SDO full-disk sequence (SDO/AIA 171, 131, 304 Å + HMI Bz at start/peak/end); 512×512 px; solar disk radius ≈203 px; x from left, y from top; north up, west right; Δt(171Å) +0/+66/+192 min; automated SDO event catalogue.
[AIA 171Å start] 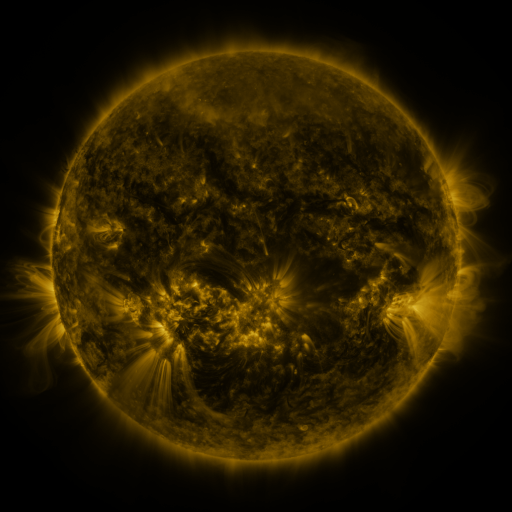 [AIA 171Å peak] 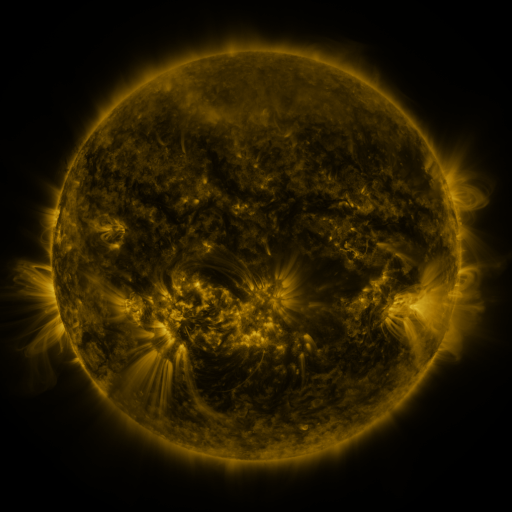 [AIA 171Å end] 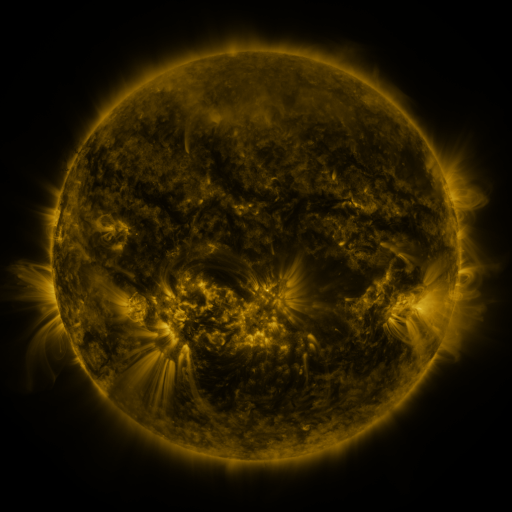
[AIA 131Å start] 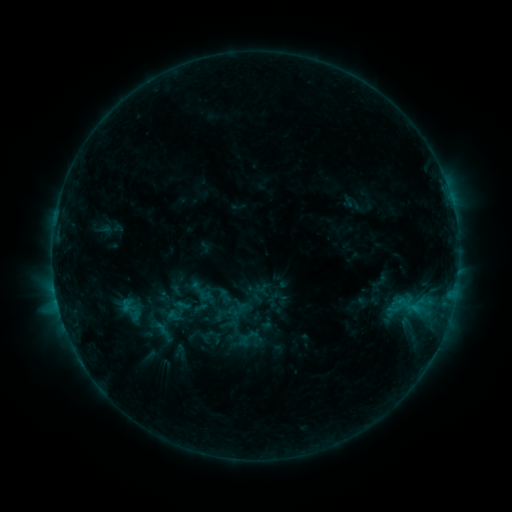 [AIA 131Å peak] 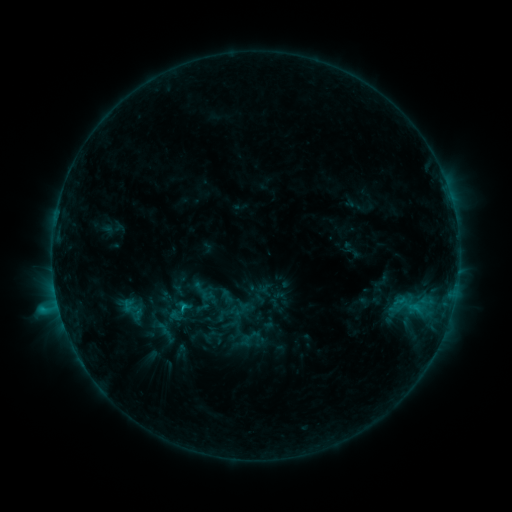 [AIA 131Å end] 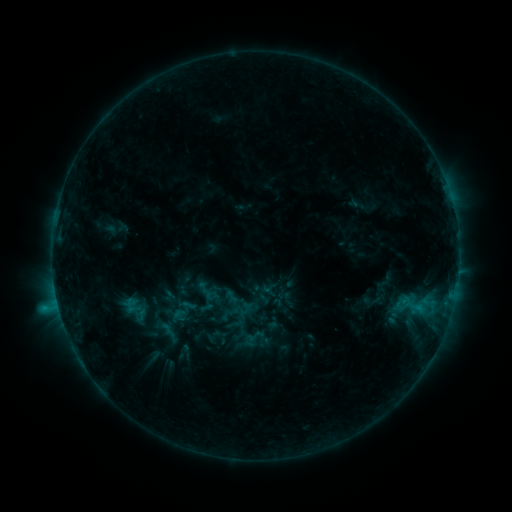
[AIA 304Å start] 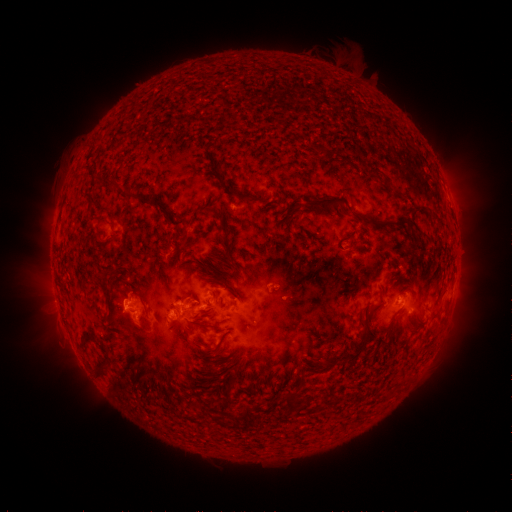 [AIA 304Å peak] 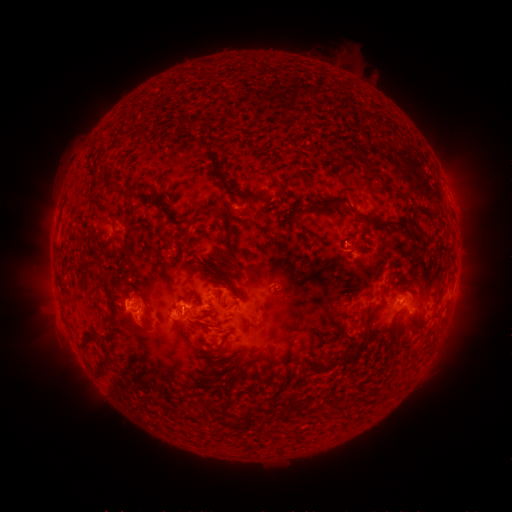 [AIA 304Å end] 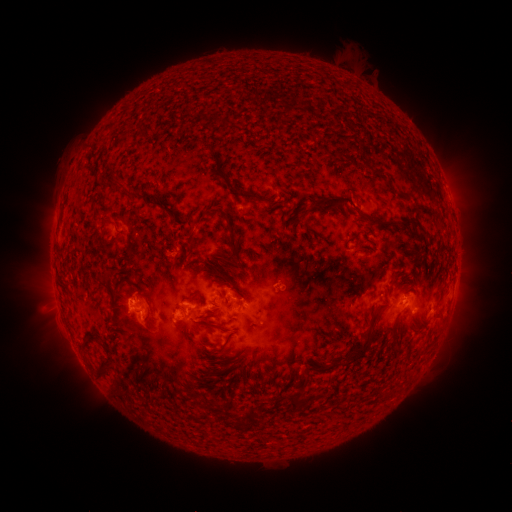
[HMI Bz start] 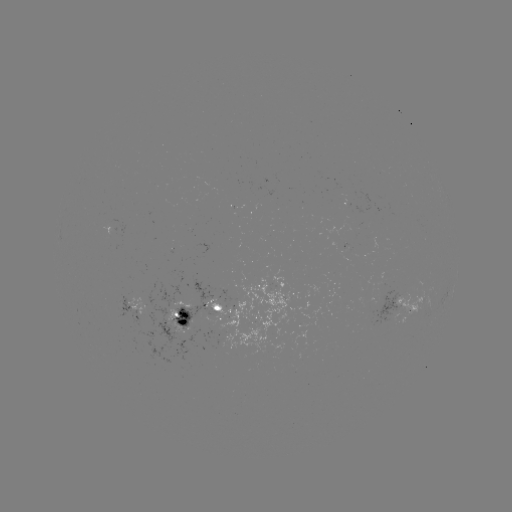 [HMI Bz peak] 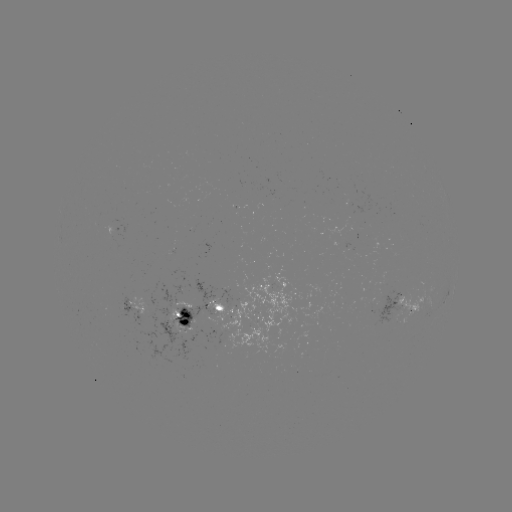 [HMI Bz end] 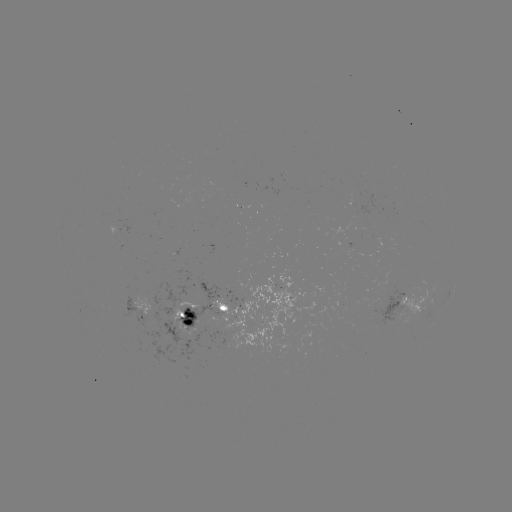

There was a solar flare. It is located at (184, 306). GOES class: C1.9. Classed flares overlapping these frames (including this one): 2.